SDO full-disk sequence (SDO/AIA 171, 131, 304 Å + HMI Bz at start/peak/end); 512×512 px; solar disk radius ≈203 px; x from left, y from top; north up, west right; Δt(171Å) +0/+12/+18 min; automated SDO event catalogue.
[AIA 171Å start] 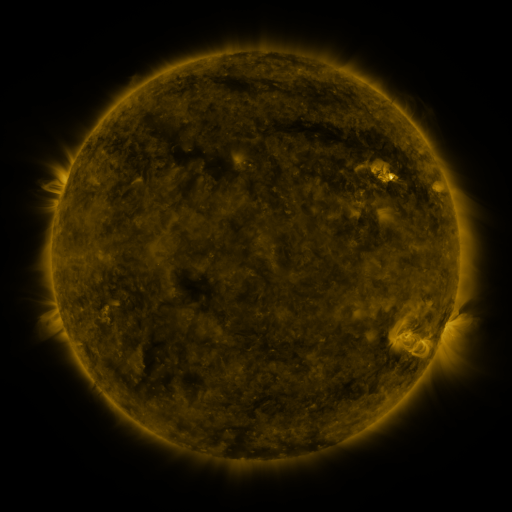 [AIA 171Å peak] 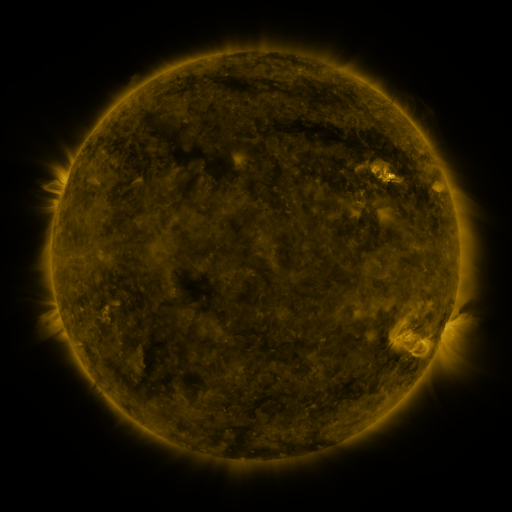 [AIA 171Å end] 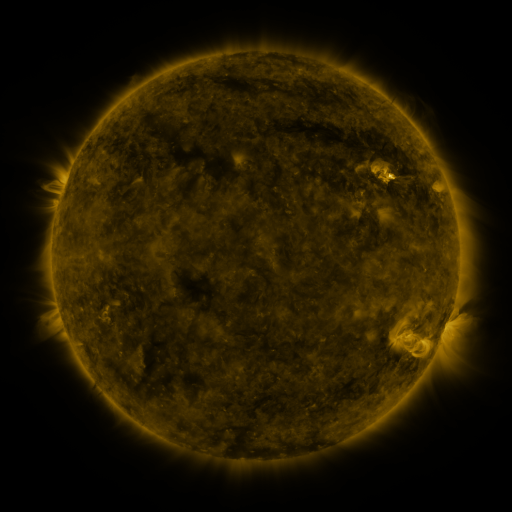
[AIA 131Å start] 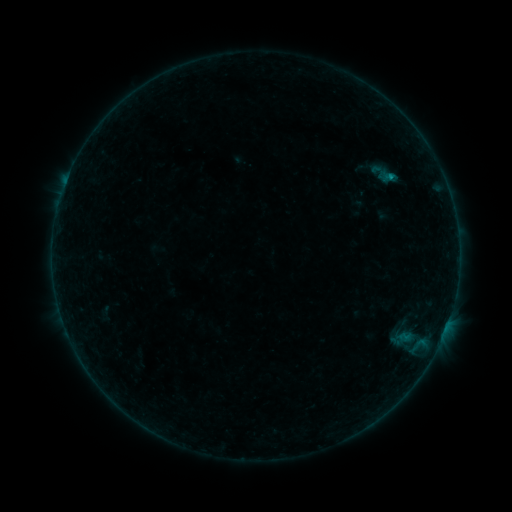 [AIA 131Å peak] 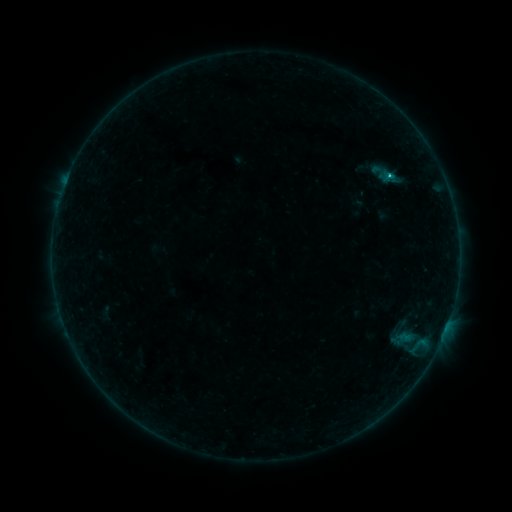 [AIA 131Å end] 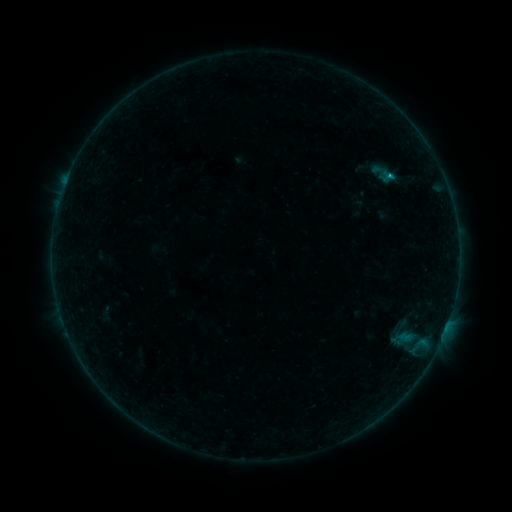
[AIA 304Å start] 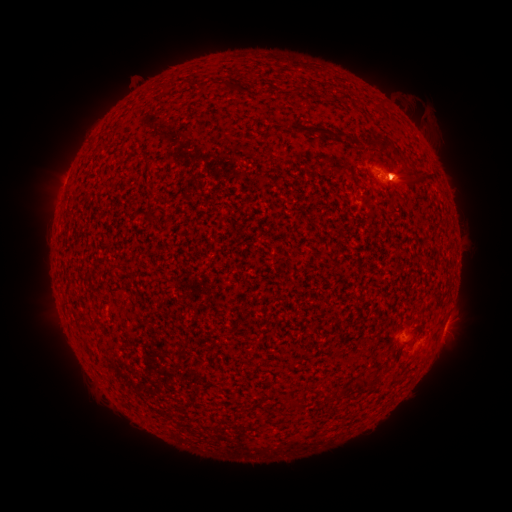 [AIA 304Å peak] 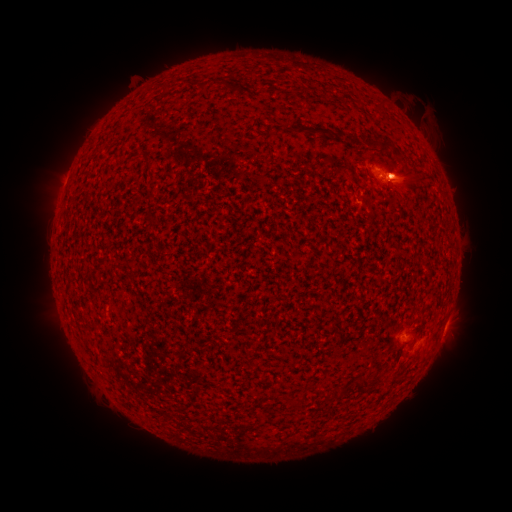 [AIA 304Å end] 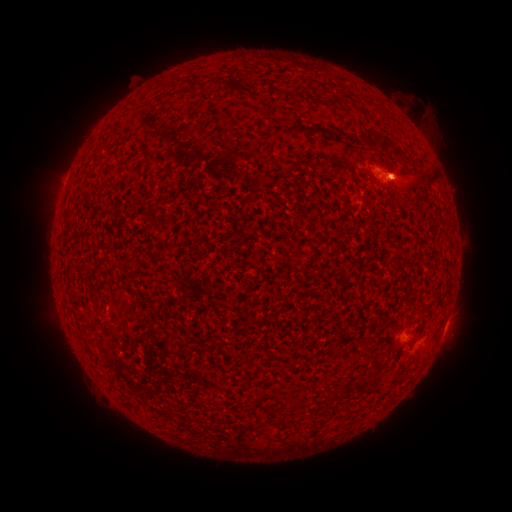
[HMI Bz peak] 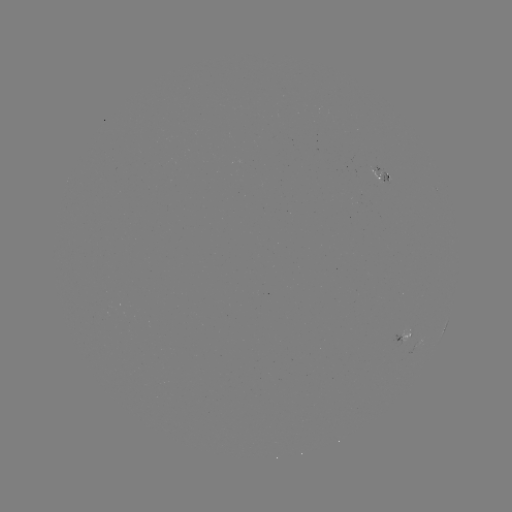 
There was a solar flare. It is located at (391, 177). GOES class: B4.5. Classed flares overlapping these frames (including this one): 1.